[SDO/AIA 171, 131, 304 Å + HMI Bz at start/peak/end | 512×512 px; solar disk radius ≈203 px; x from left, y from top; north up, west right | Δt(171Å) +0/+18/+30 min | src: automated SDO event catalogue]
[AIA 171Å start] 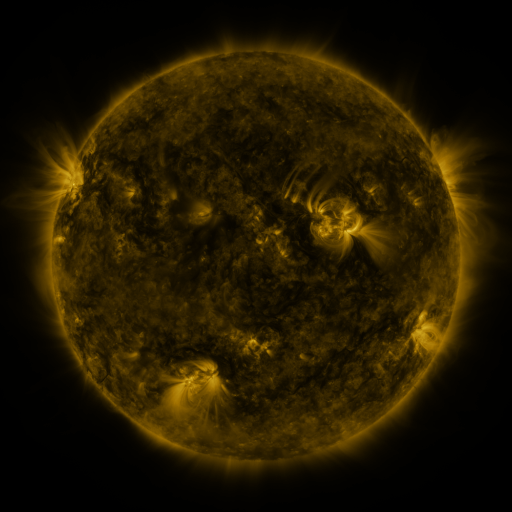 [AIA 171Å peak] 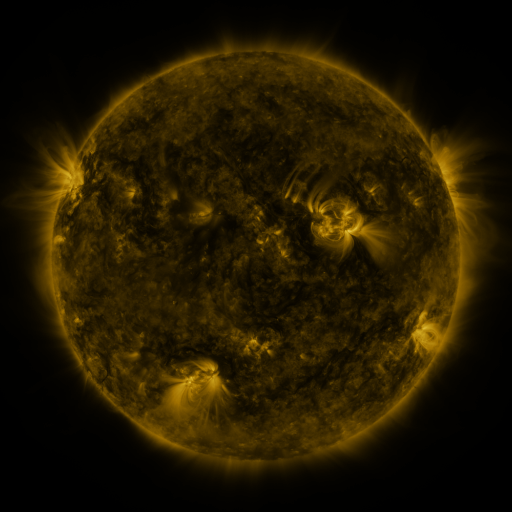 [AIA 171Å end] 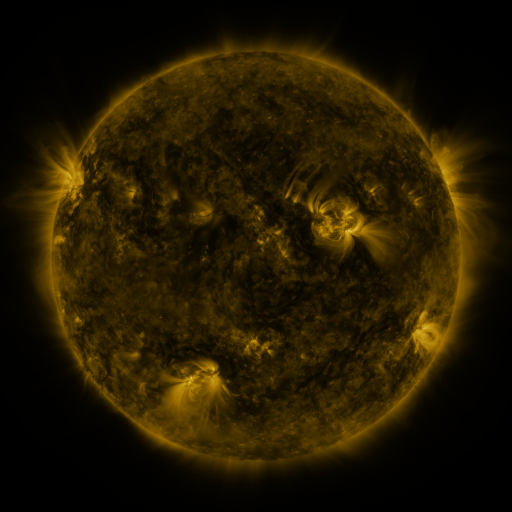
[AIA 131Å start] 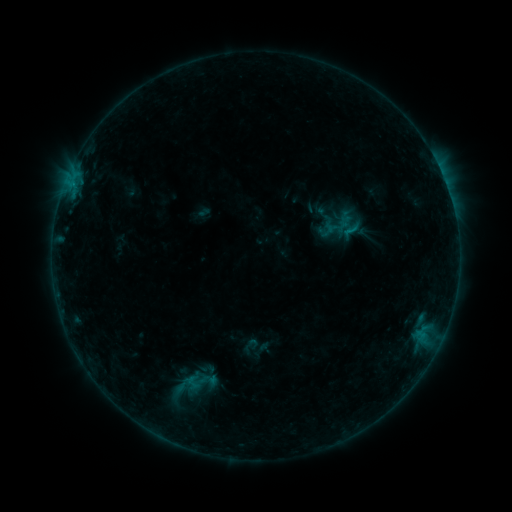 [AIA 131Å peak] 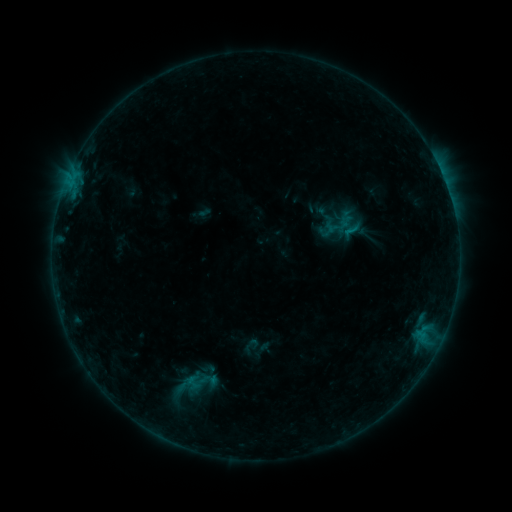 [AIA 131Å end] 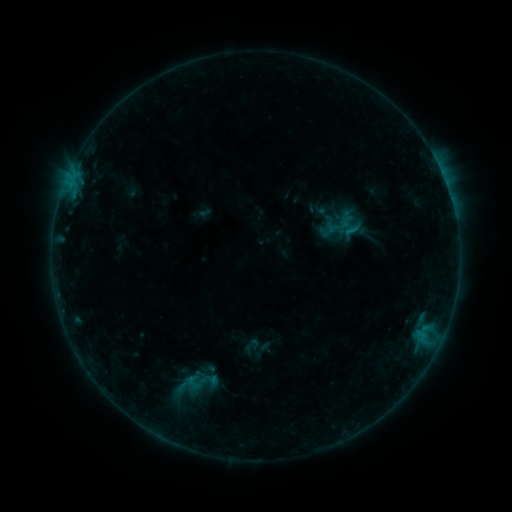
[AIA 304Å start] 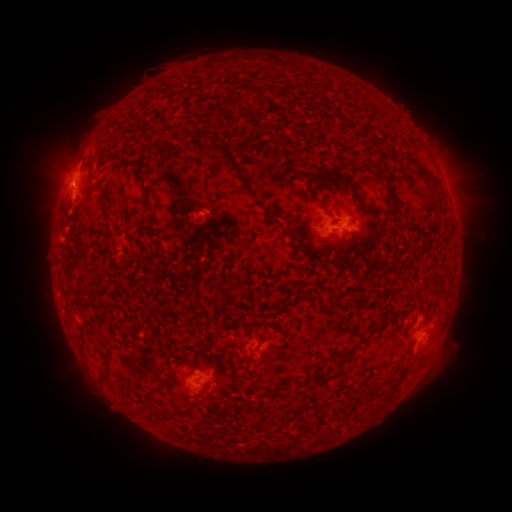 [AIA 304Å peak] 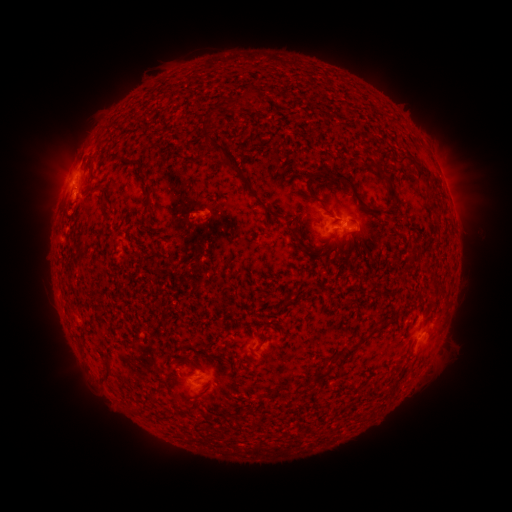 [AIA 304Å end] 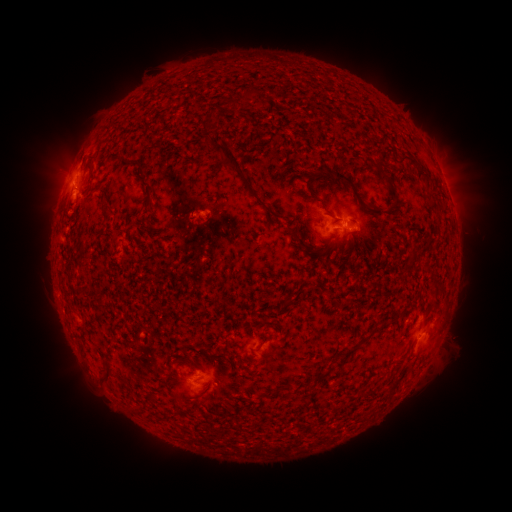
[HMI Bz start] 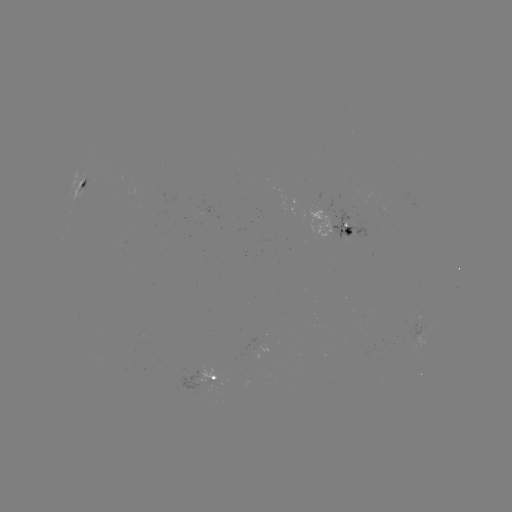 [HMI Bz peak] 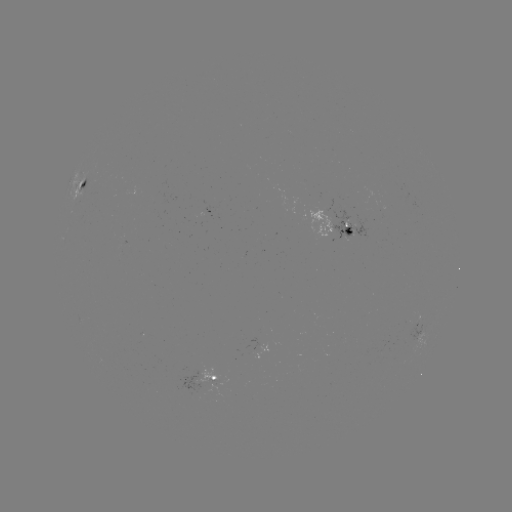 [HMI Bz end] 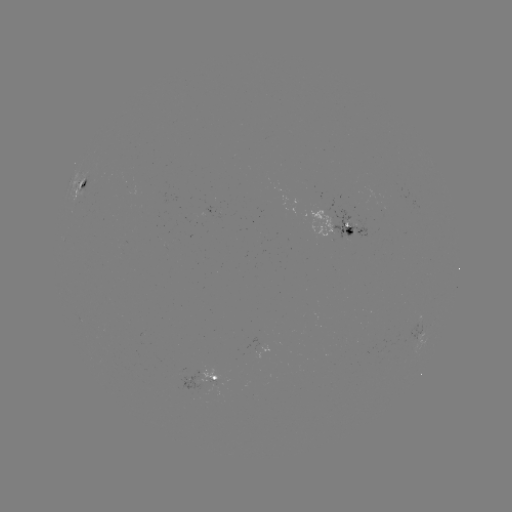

no flare in any classed list; no EUV-trigger detection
